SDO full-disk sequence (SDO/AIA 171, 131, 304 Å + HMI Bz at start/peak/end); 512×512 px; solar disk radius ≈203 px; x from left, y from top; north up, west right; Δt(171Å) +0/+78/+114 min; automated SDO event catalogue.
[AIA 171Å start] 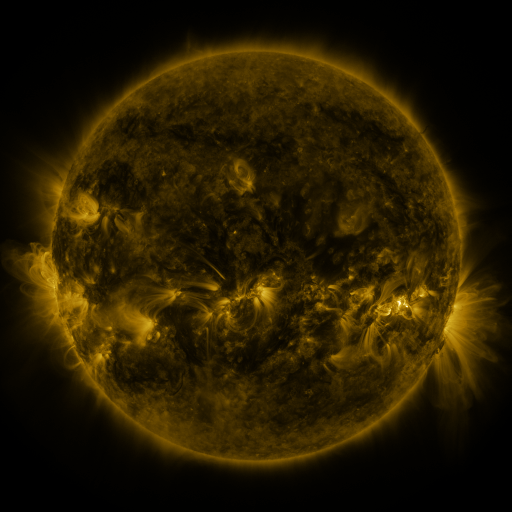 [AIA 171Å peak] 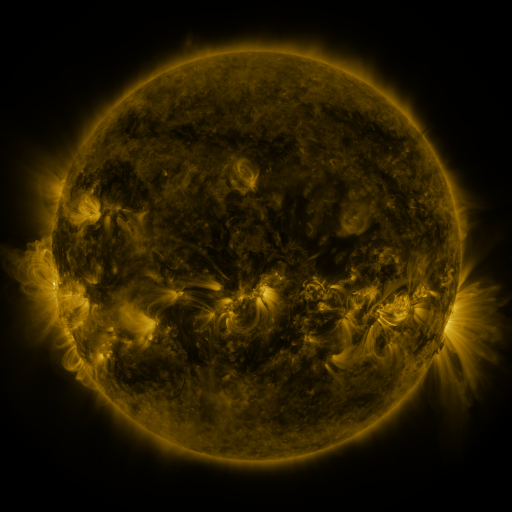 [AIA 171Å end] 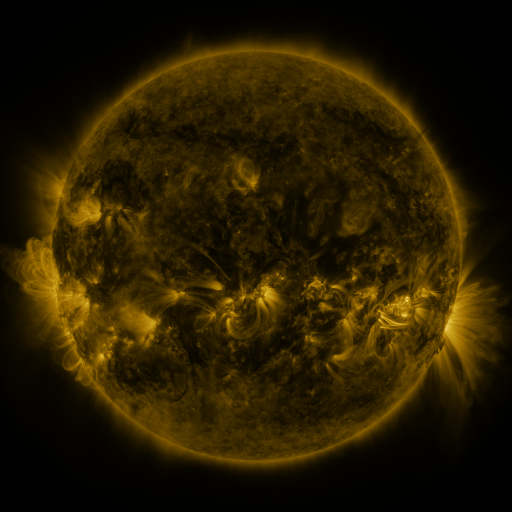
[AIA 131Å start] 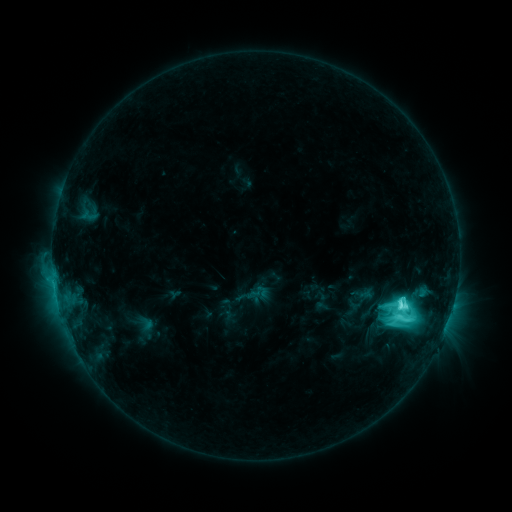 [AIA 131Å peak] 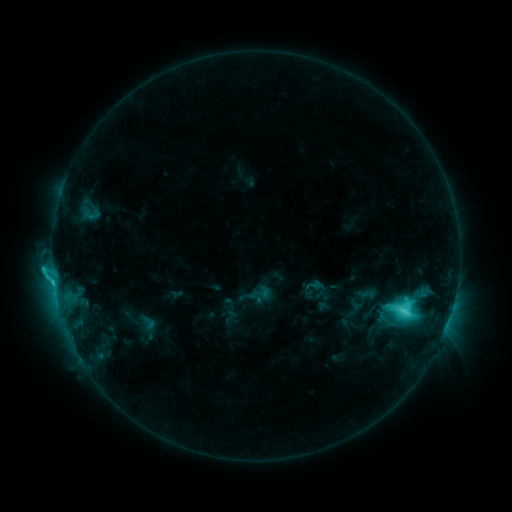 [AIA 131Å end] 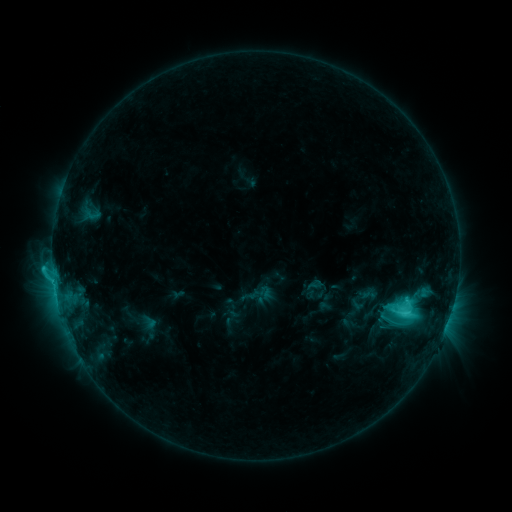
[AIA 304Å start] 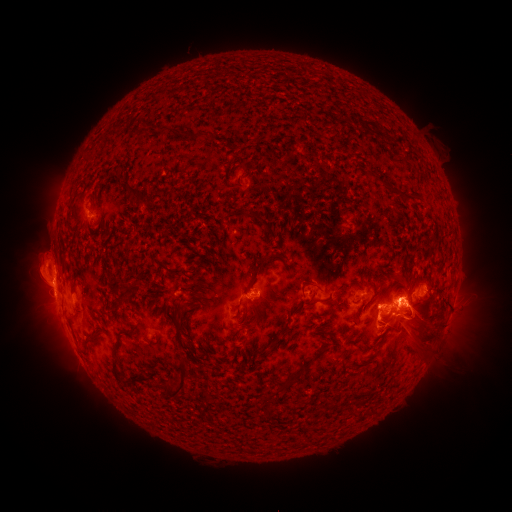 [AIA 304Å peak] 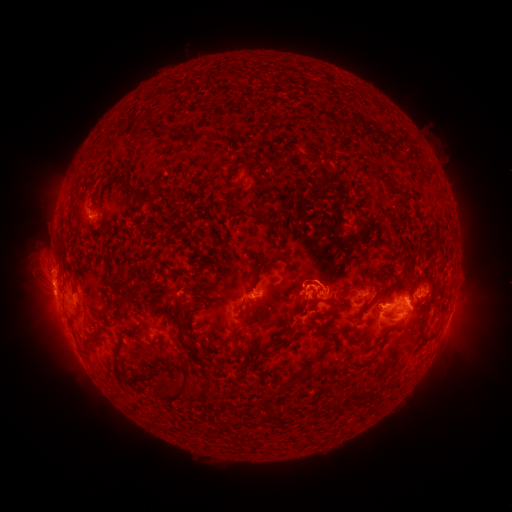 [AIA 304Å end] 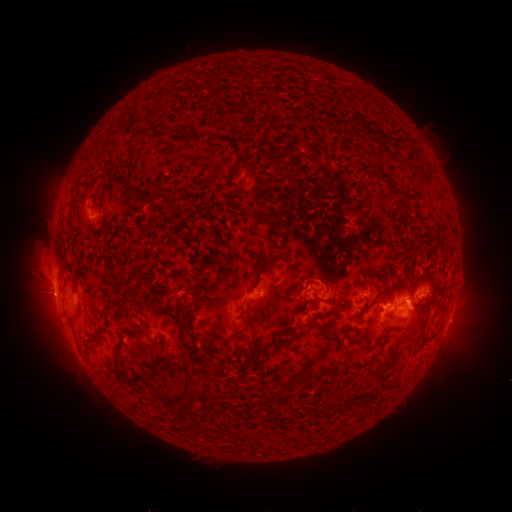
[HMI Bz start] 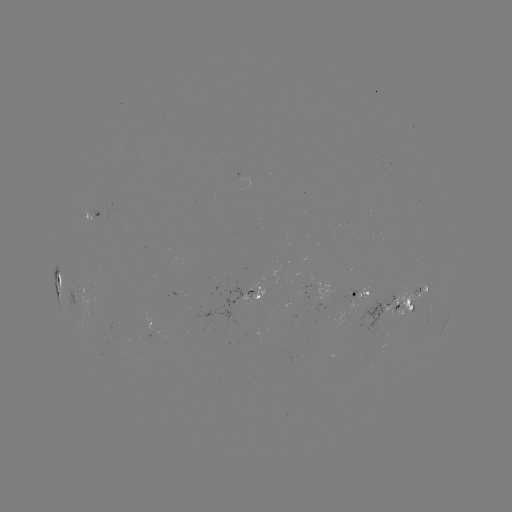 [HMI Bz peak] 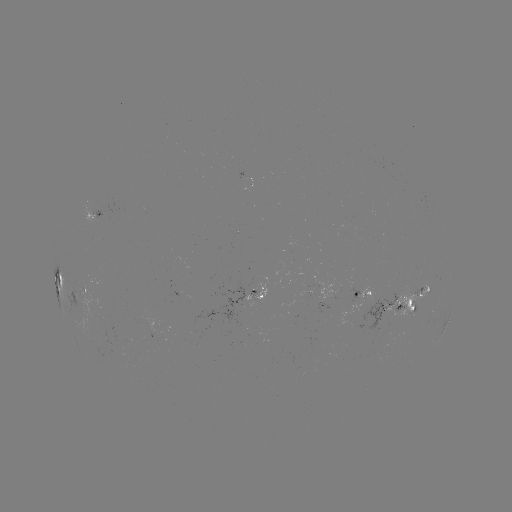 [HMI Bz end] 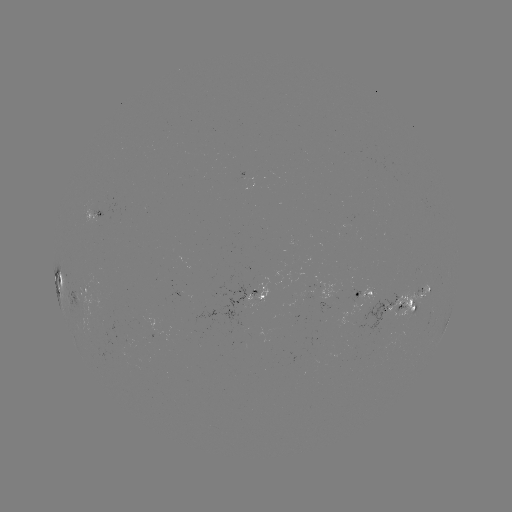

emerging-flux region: [406, 287, 423, 298]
